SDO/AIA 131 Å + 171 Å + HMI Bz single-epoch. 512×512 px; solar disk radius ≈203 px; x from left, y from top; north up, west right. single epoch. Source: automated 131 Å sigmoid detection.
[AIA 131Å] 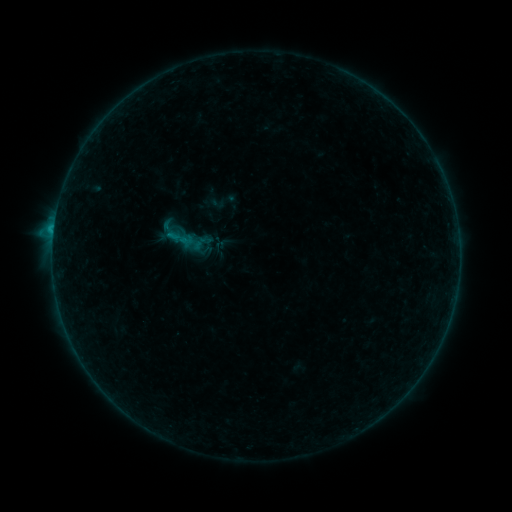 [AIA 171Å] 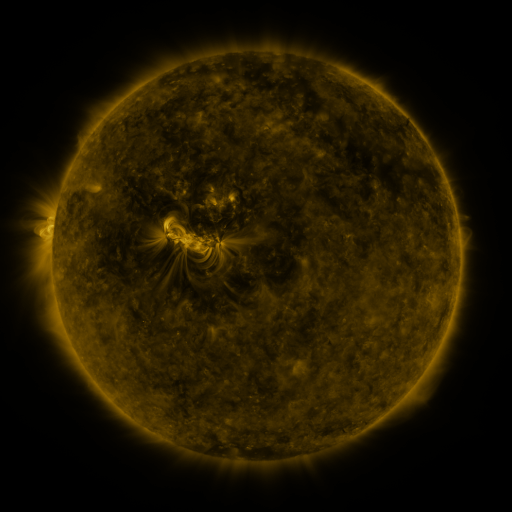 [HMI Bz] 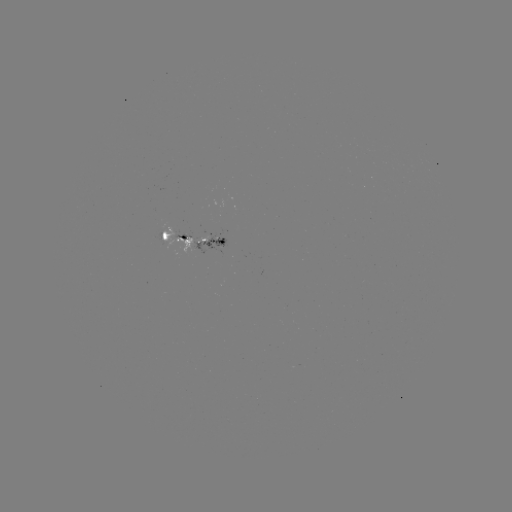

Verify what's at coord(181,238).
sigmoid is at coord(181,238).